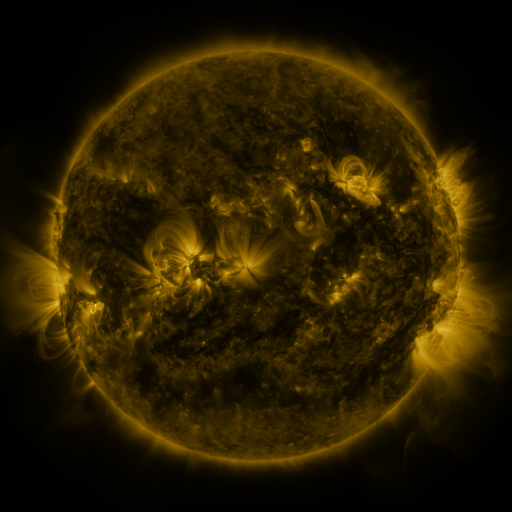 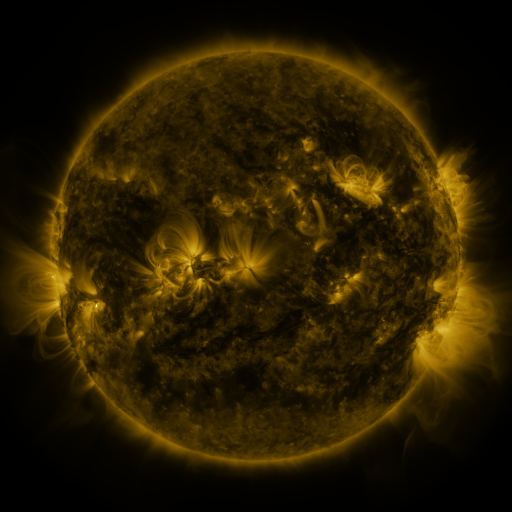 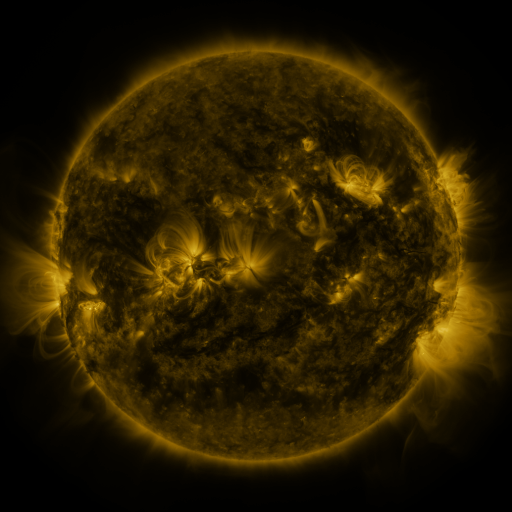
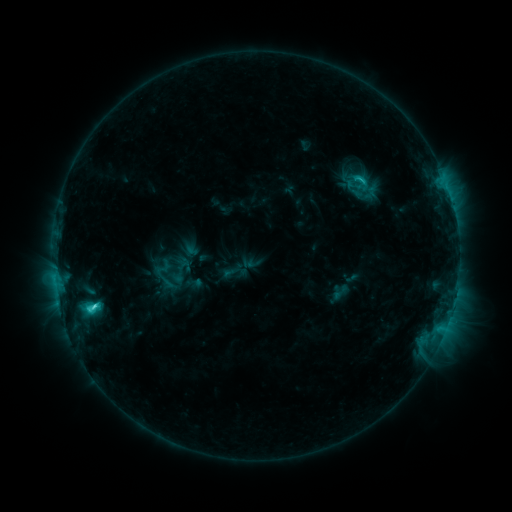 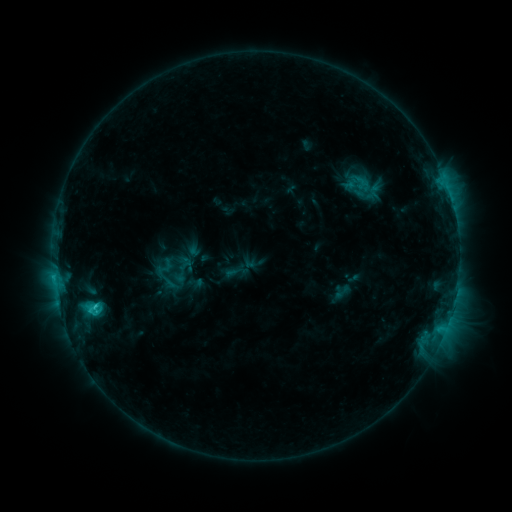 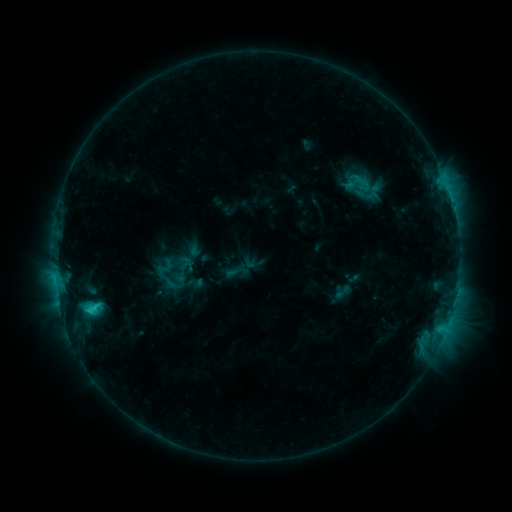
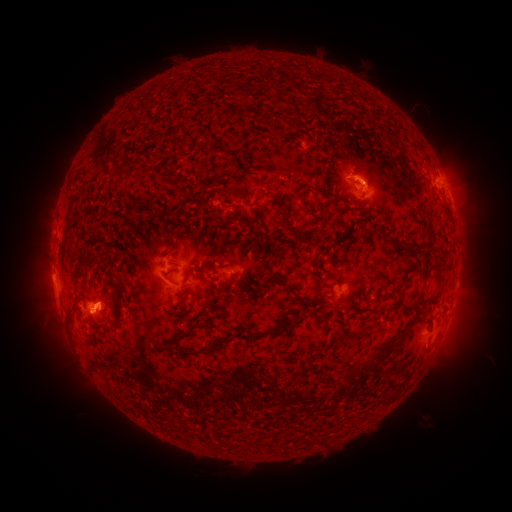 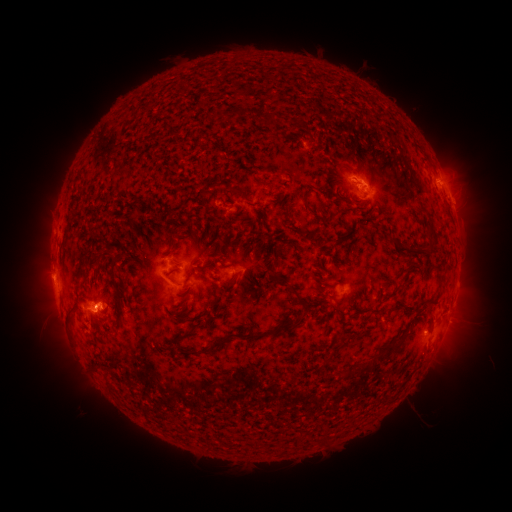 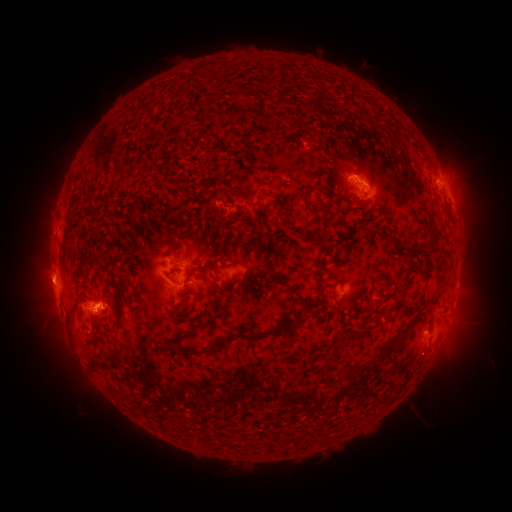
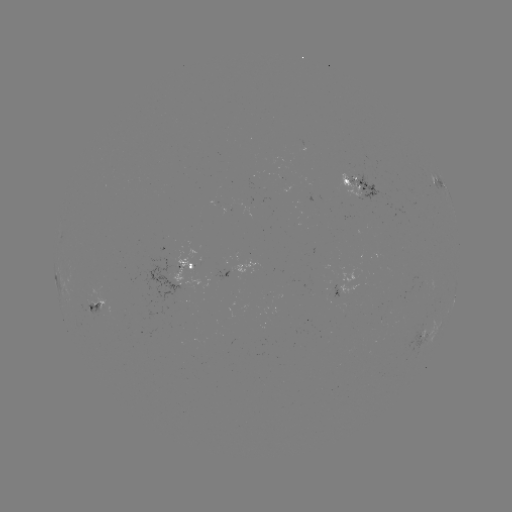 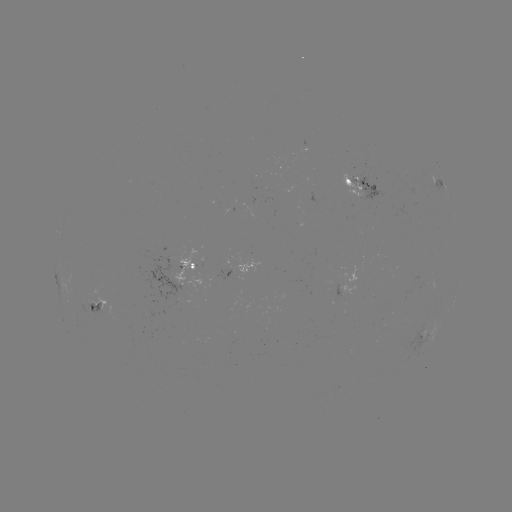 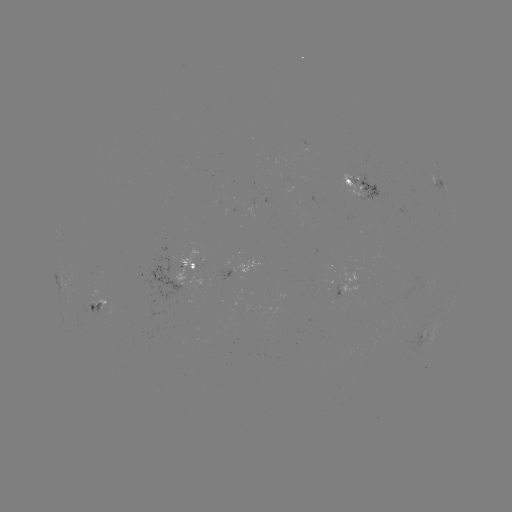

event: emerging-flux region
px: (101, 311)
